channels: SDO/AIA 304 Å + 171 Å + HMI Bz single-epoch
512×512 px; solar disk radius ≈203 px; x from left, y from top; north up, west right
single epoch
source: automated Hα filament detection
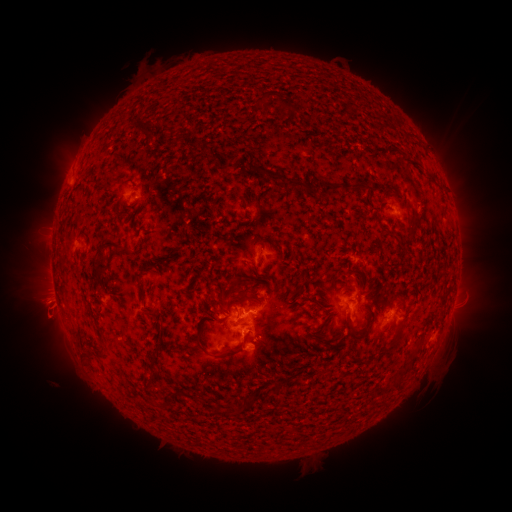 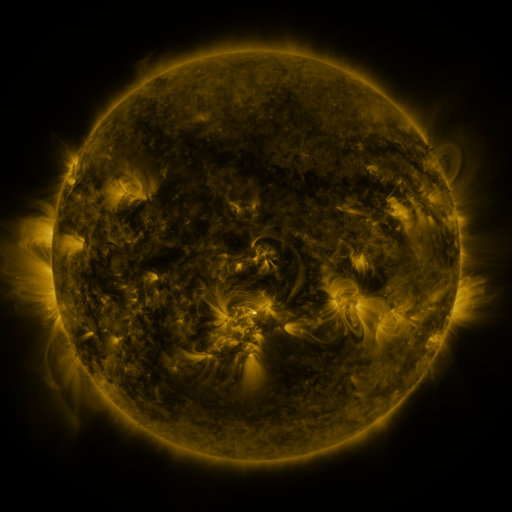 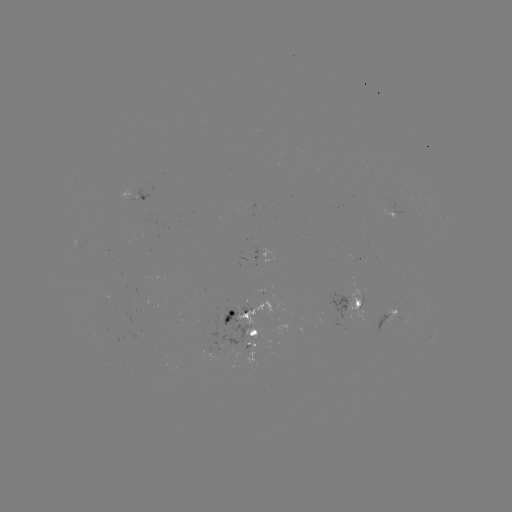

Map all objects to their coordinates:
filament: (263, 100)
filament: (288, 107)
filament: (135, 128)
filament: (231, 158)
filament: (263, 171)
filament: (298, 184)
filament: (368, 191)
filament: (391, 230)
filament: (145, 231)
filament: (113, 245)
filament: (136, 249)
filament: (100, 268)
filament: (264, 275)
filament: (236, 280)
filament: (144, 287)
filament: (368, 297)
filament: (316, 307)
filament: (148, 312)
filament: (371, 319)
filament: (246, 323)
filament: (350, 323)
filament: (323, 325)
filament: (163, 330)
filament: (397, 340)
filament: (223, 354)
filament: (156, 355)
filament: (282, 383)
filament: (252, 398)
filament: (155, 403)
filament: (239, 410)
